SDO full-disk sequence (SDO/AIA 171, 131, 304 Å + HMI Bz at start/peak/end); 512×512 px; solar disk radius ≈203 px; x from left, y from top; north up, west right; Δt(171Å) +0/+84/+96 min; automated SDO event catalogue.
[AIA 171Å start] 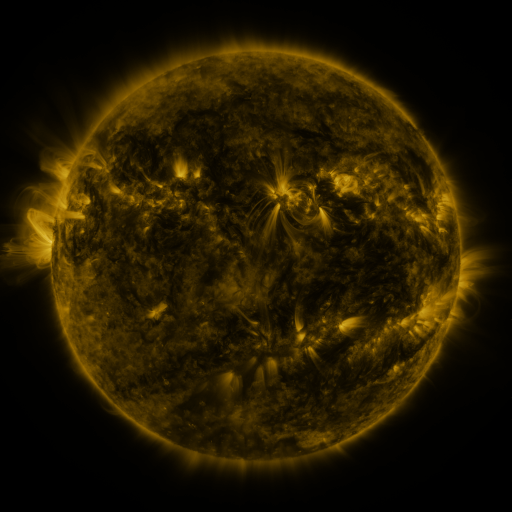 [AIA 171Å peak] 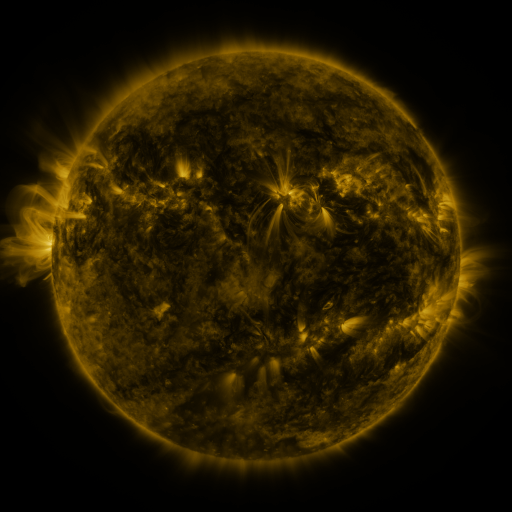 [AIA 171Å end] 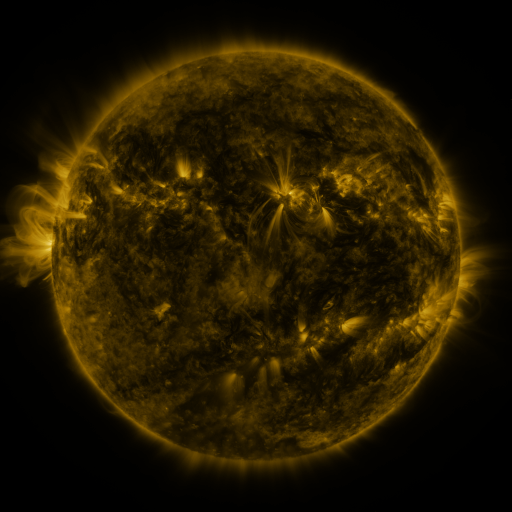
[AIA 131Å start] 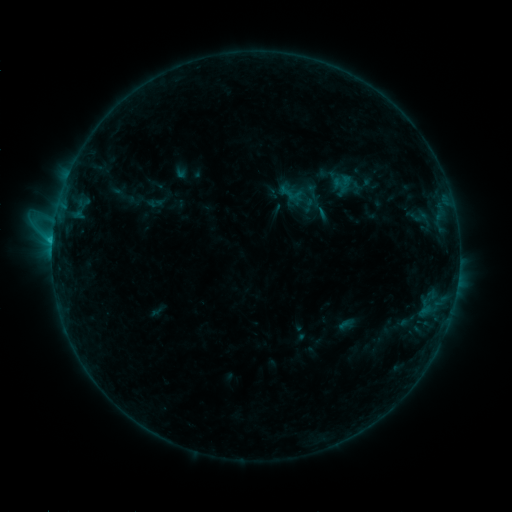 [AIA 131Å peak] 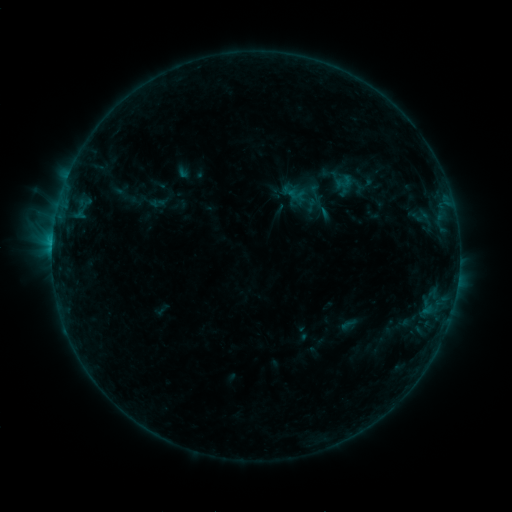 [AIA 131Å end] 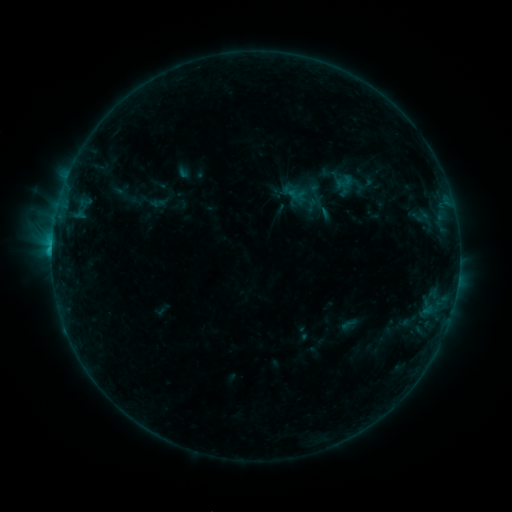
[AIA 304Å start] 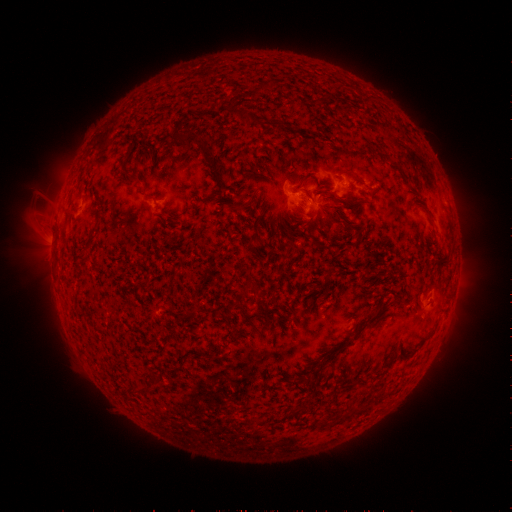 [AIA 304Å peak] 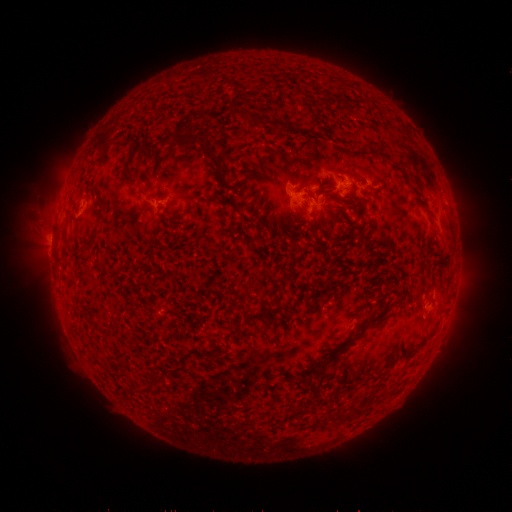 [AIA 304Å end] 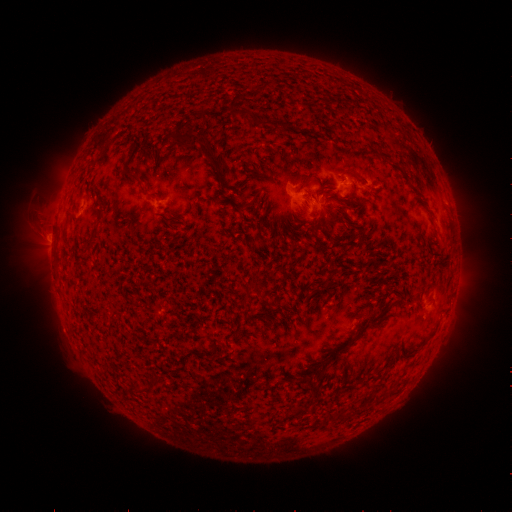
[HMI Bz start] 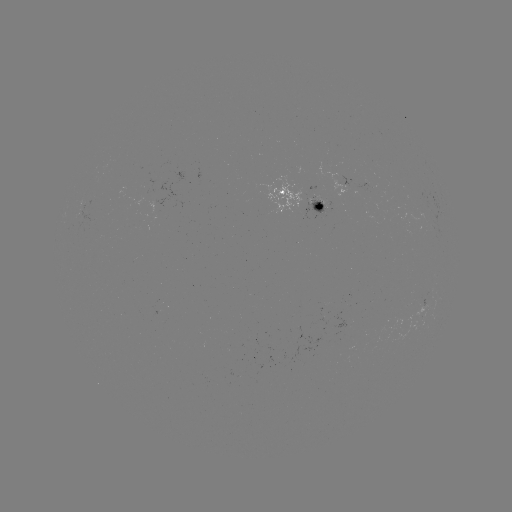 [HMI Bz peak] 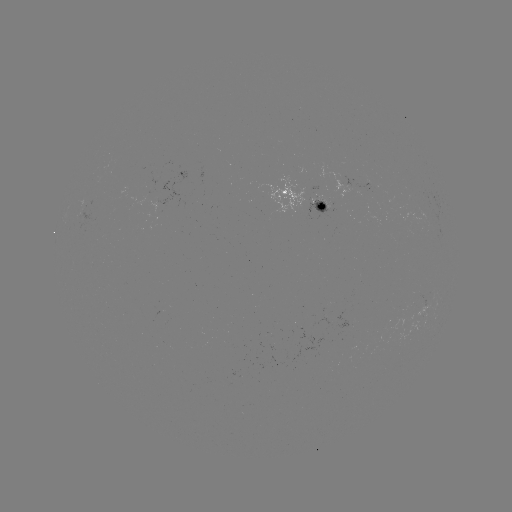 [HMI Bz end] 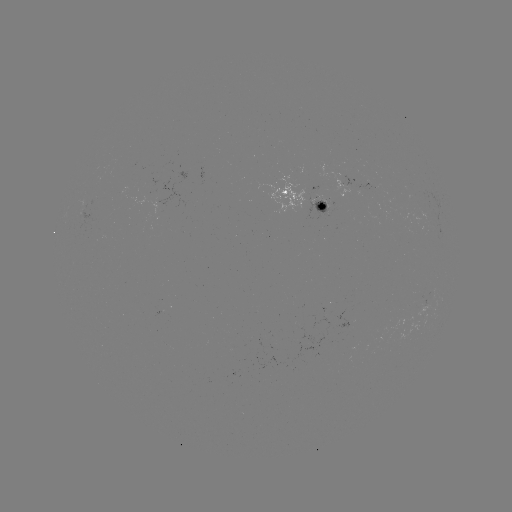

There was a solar emerging-flux region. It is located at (329, 205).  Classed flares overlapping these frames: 2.